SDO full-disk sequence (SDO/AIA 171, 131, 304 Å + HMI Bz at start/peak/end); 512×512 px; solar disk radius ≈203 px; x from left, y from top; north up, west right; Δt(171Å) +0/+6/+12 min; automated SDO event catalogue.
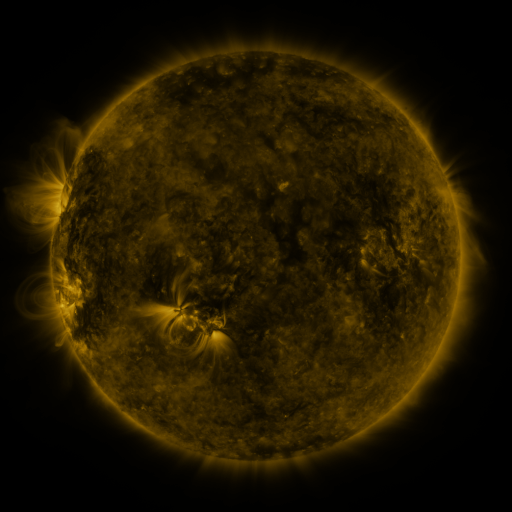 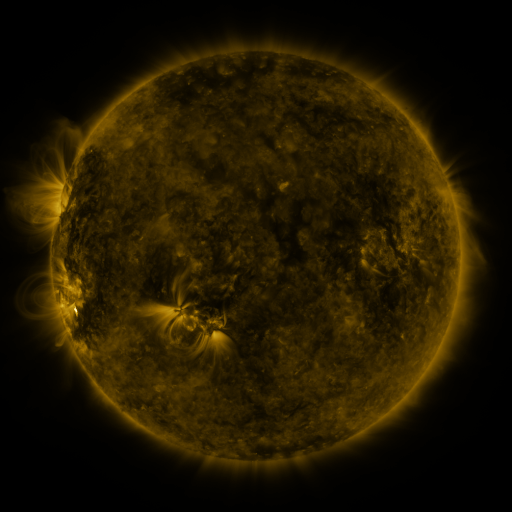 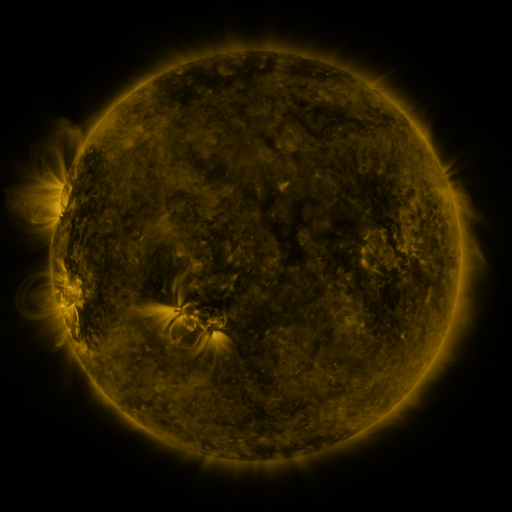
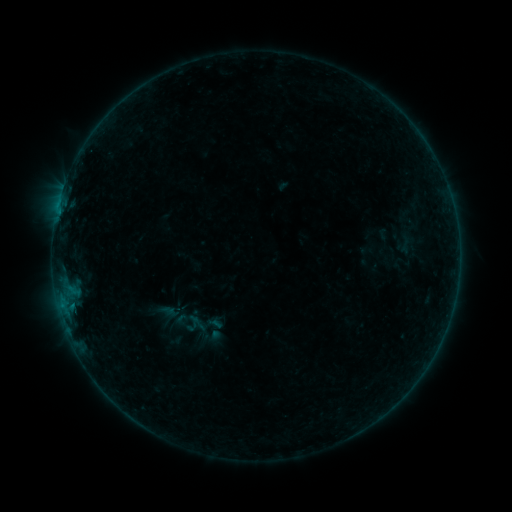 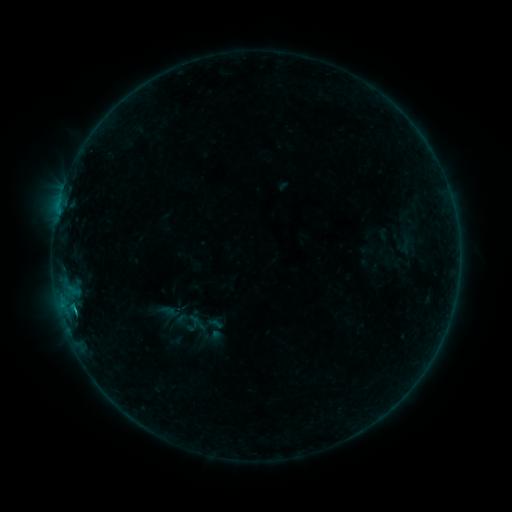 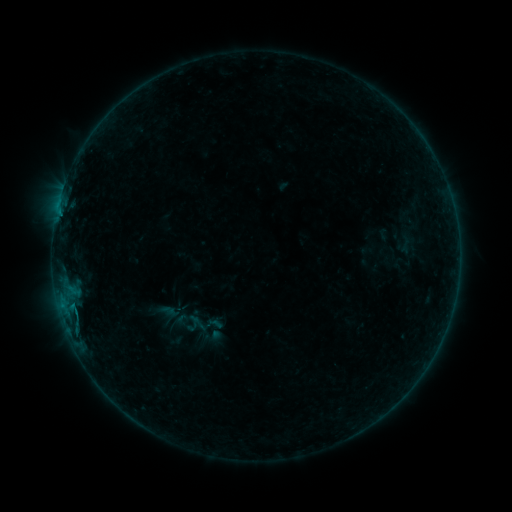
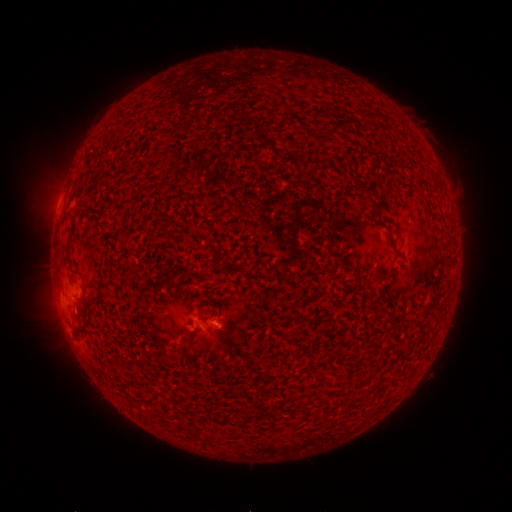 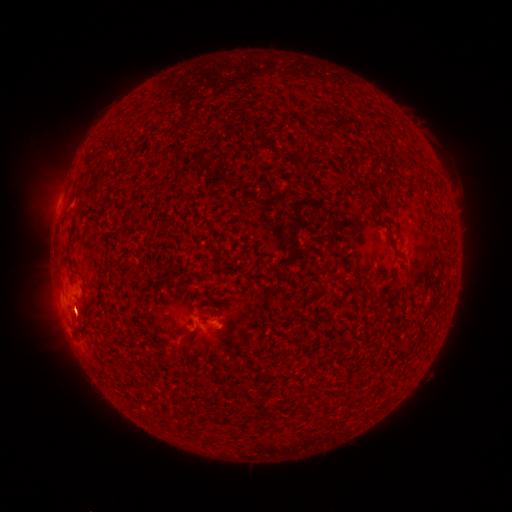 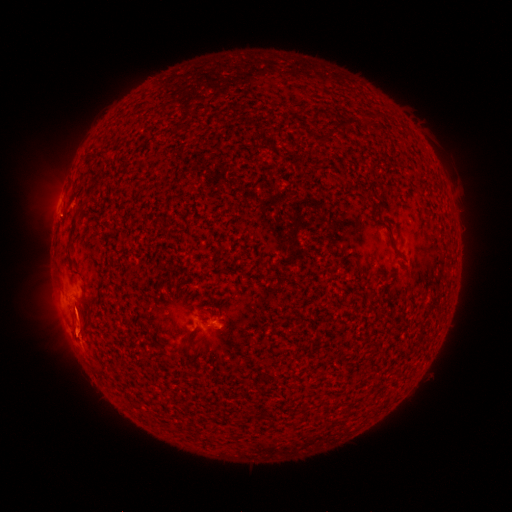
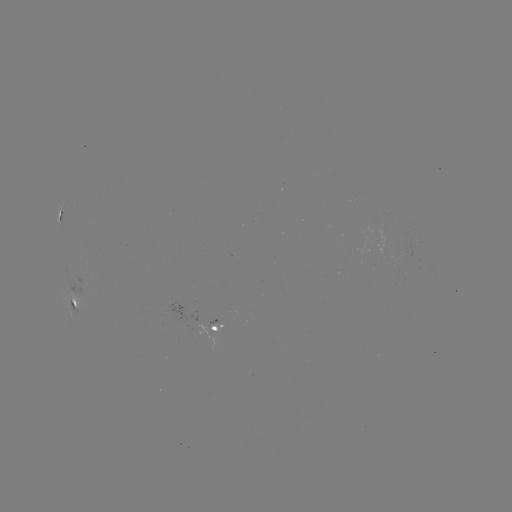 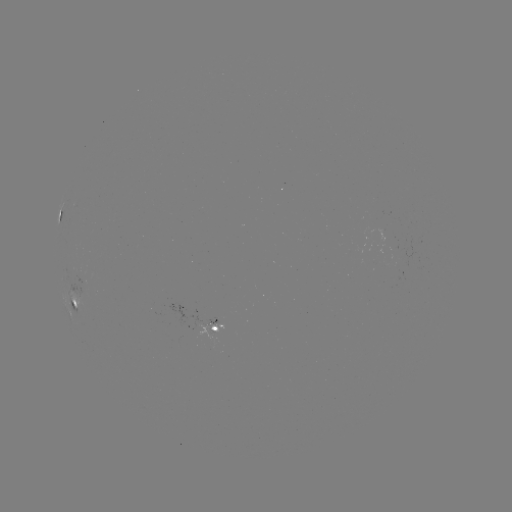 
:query B3.3 flare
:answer (76, 311)